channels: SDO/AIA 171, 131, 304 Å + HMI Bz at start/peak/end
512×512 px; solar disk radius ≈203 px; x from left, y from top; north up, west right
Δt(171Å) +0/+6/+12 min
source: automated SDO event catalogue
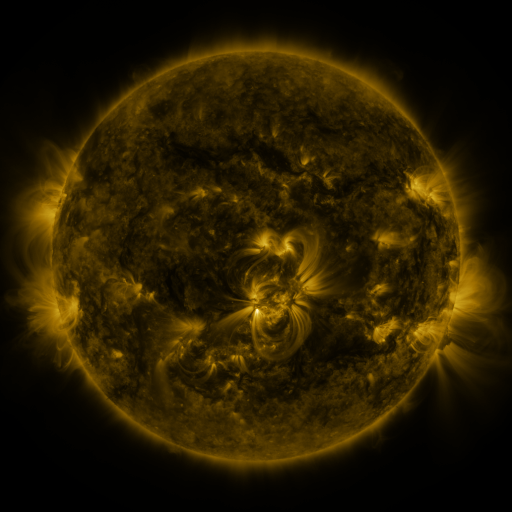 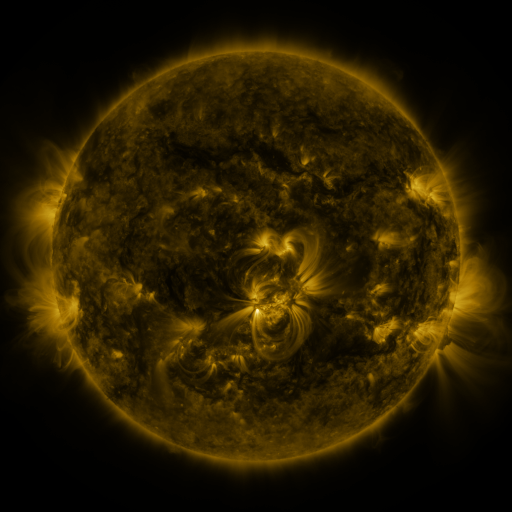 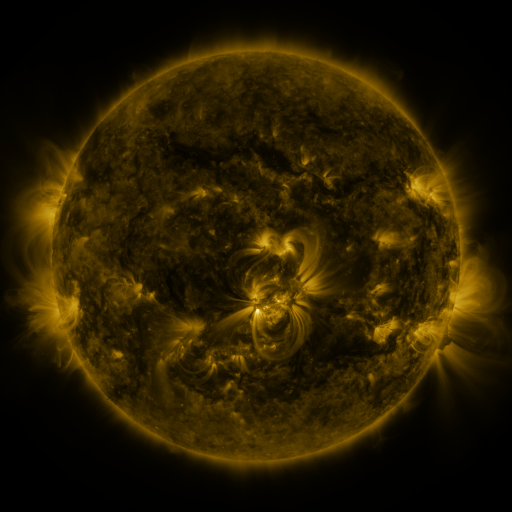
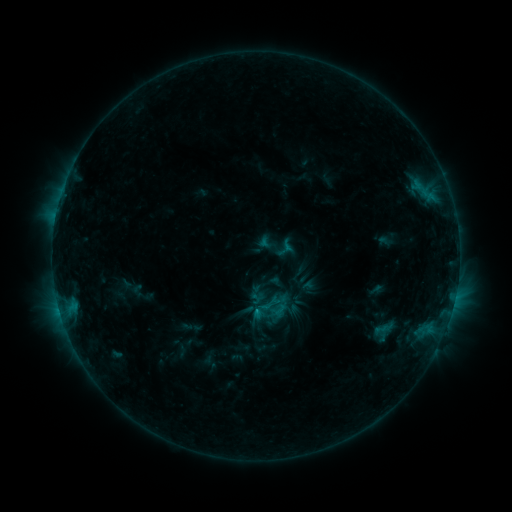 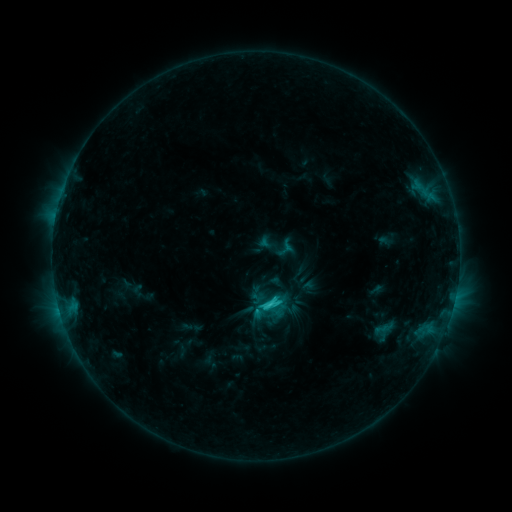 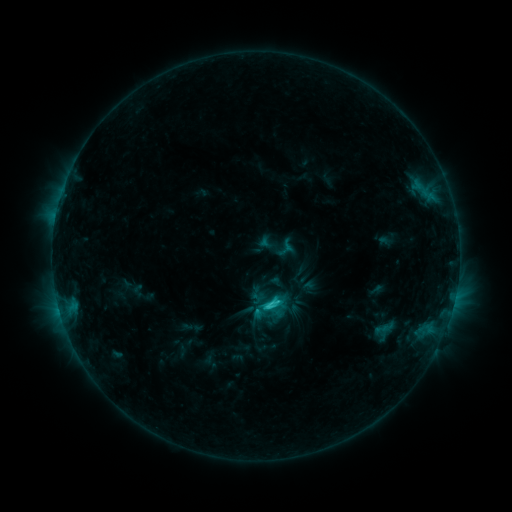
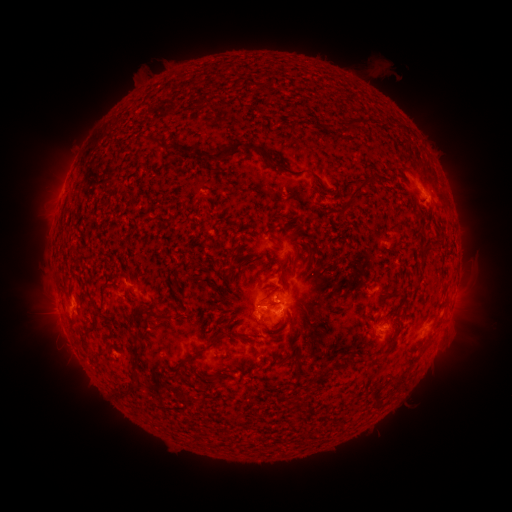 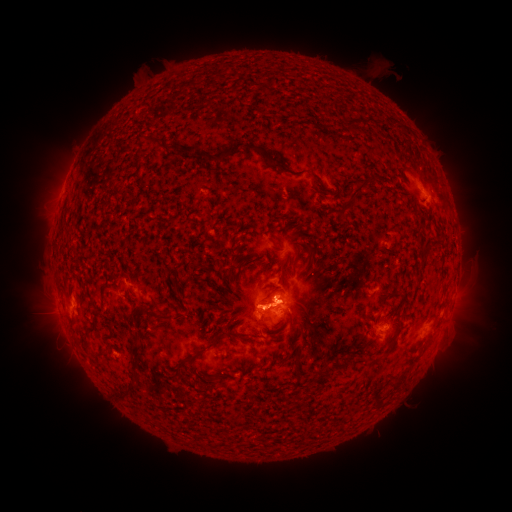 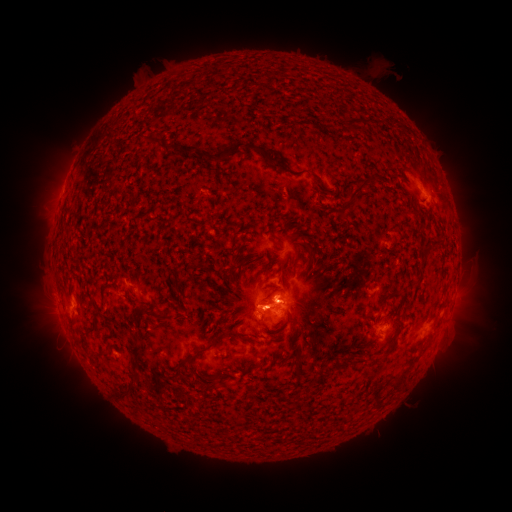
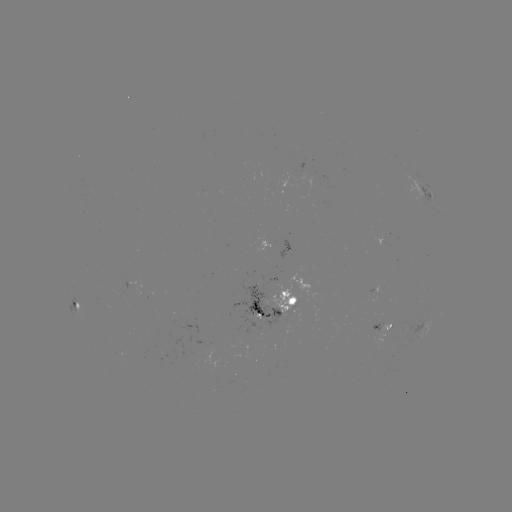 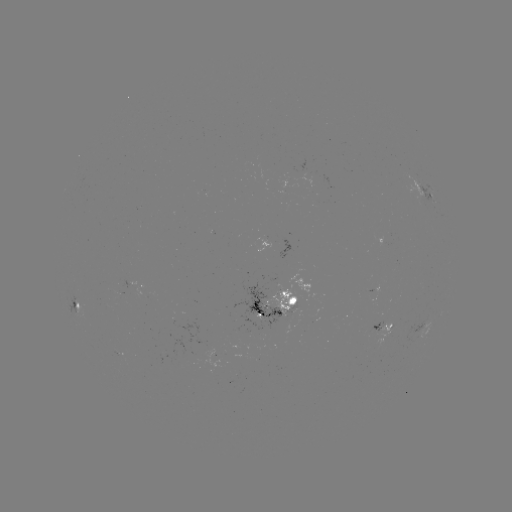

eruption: (409, 152, 471, 225)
